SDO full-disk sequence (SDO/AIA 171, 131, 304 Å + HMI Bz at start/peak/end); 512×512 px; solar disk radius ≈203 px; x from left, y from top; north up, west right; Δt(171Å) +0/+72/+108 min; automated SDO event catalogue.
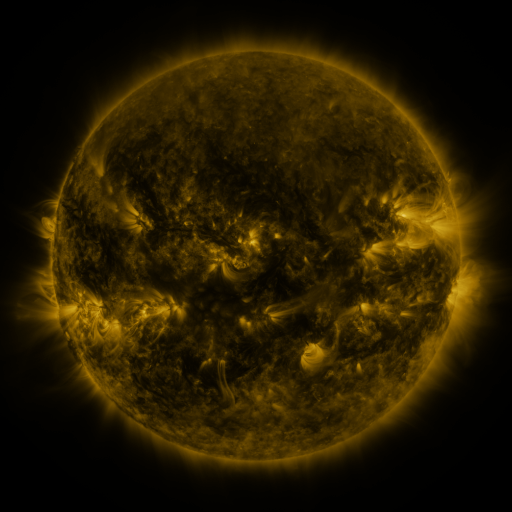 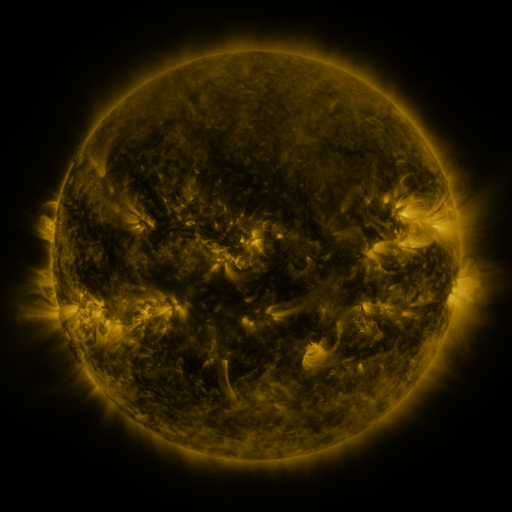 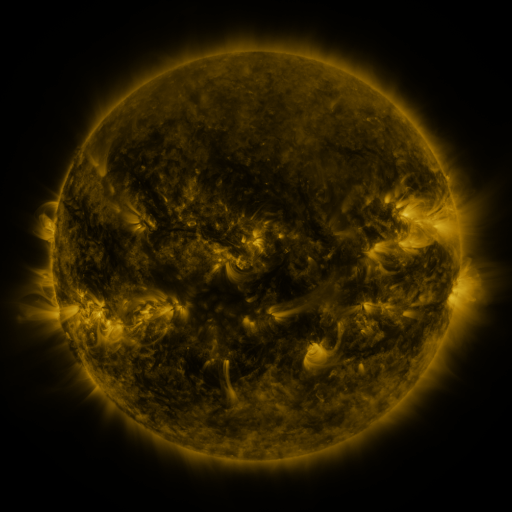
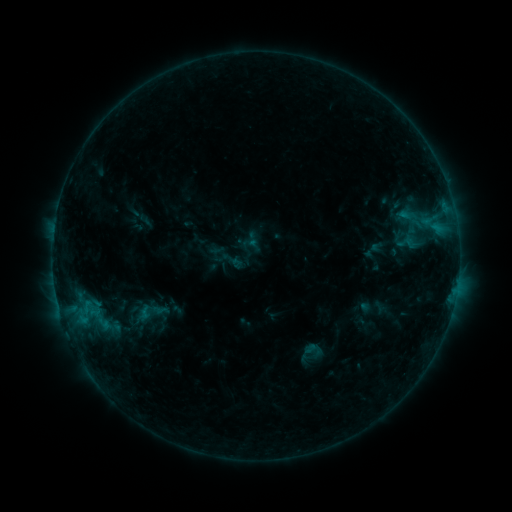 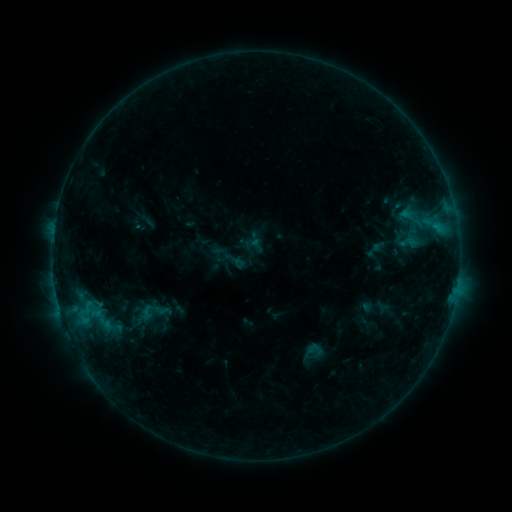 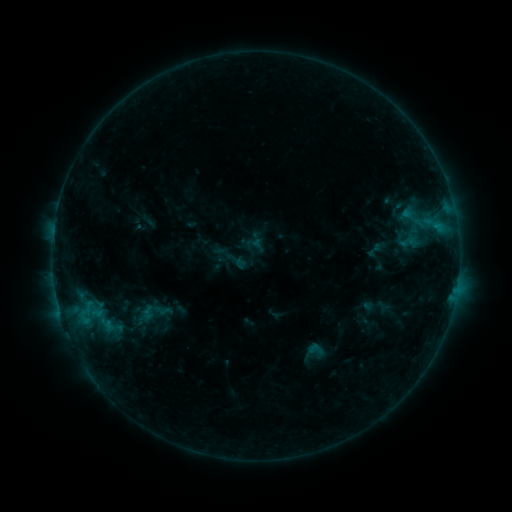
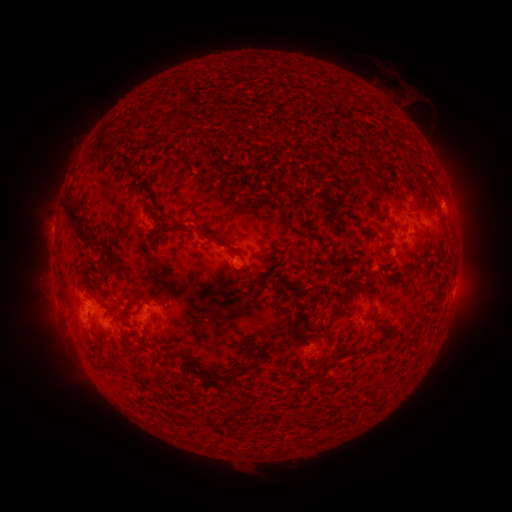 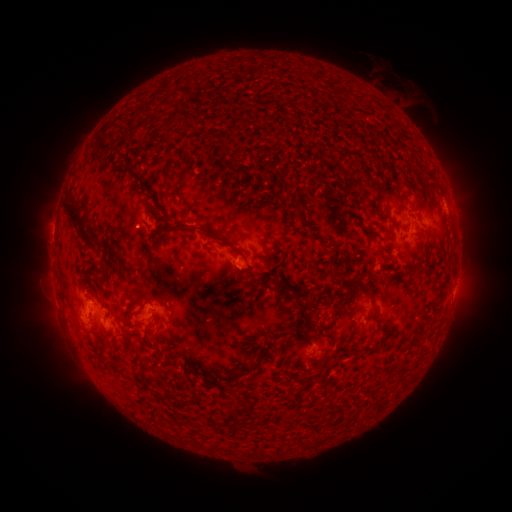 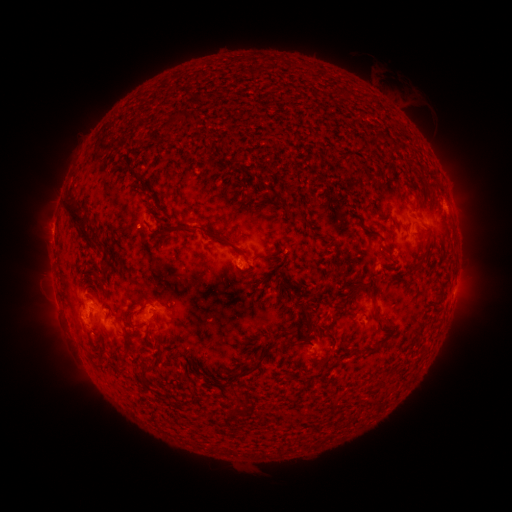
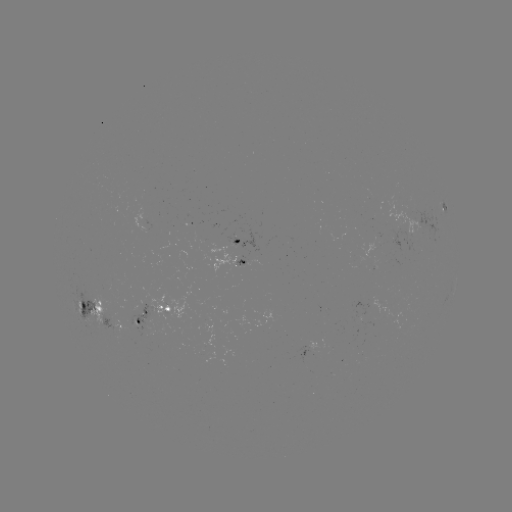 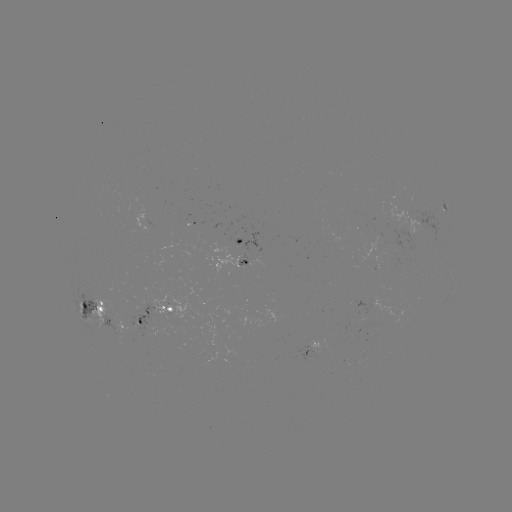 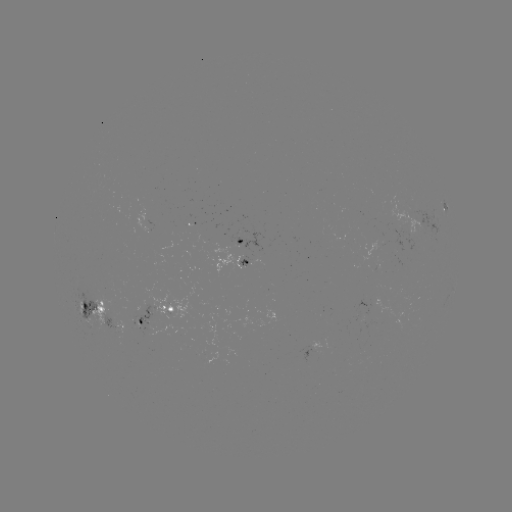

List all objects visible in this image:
emerging-flux region: (245, 265)
